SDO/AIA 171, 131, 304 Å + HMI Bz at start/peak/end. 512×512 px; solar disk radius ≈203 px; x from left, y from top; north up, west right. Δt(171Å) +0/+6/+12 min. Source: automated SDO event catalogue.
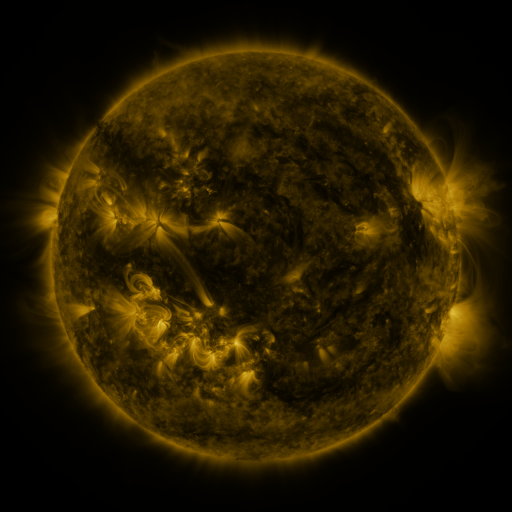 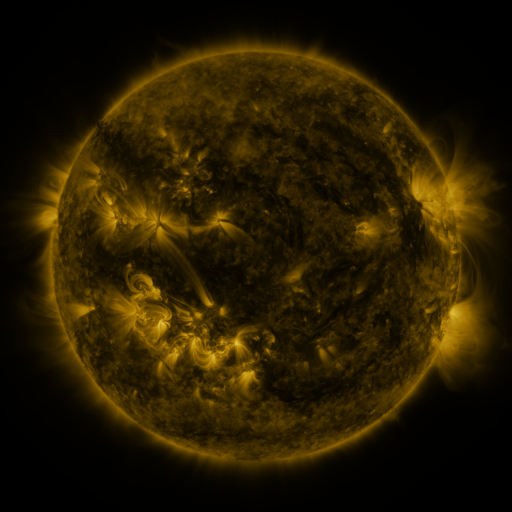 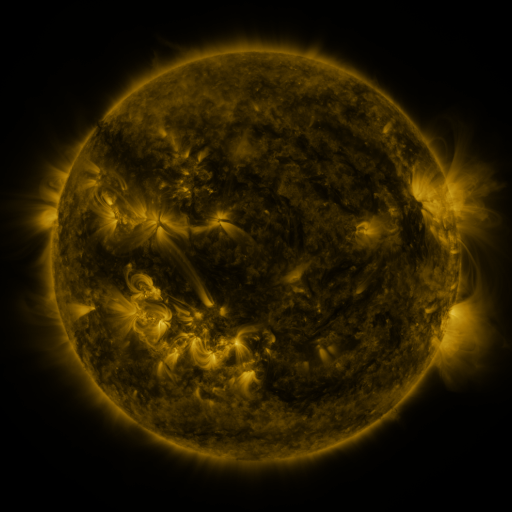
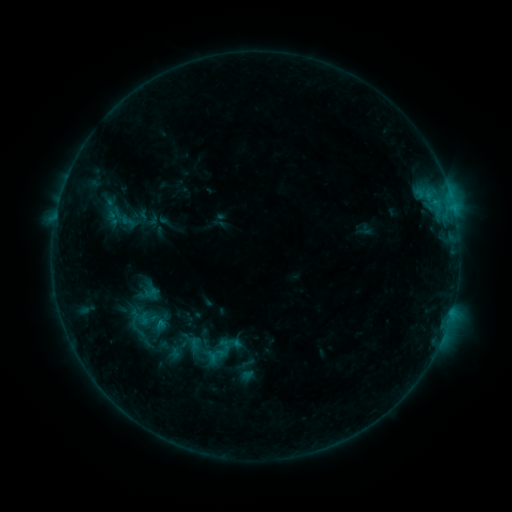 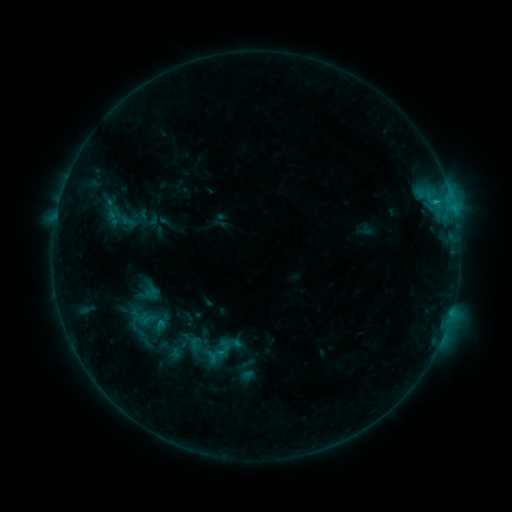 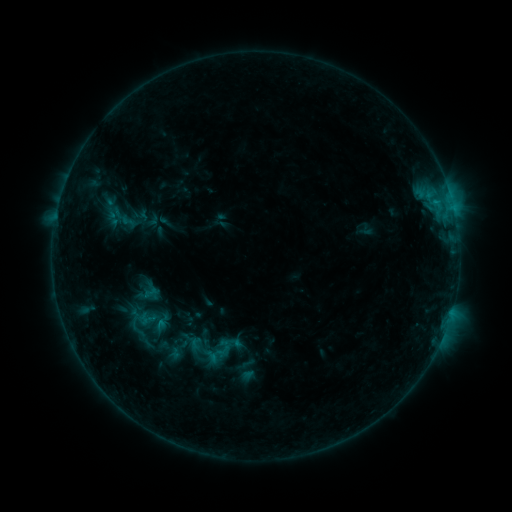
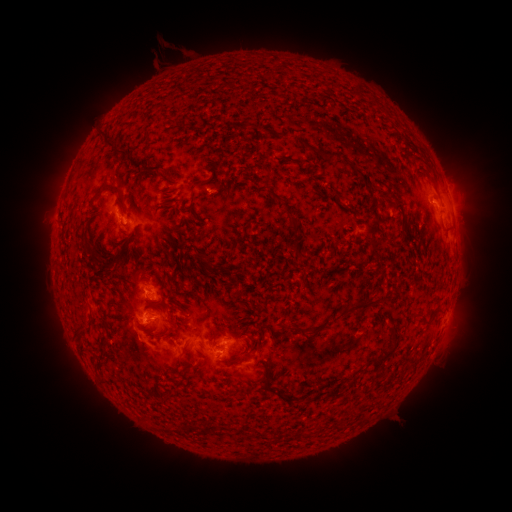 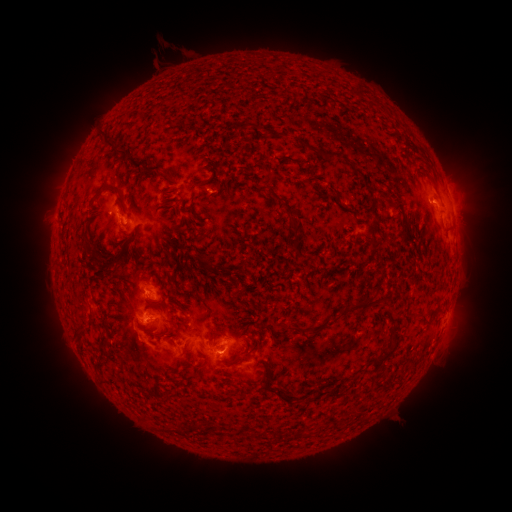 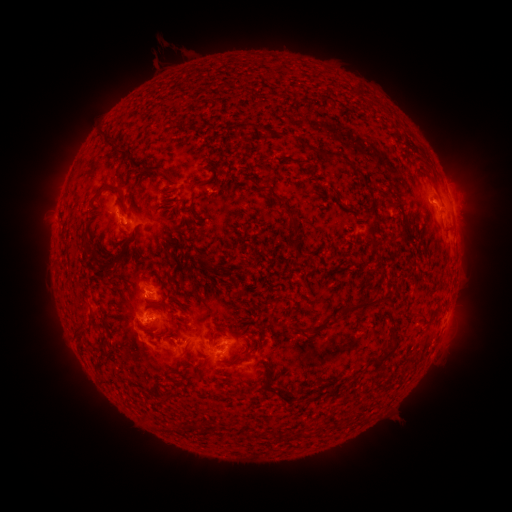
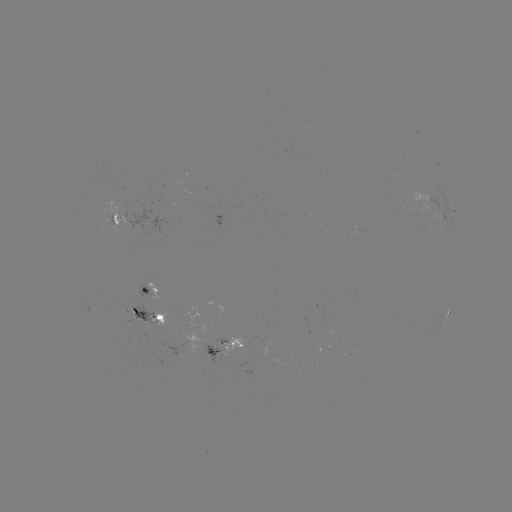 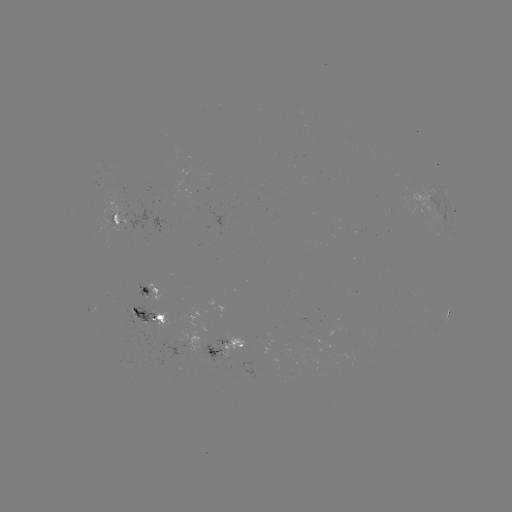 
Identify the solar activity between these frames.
B8.0 flare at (434, 204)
